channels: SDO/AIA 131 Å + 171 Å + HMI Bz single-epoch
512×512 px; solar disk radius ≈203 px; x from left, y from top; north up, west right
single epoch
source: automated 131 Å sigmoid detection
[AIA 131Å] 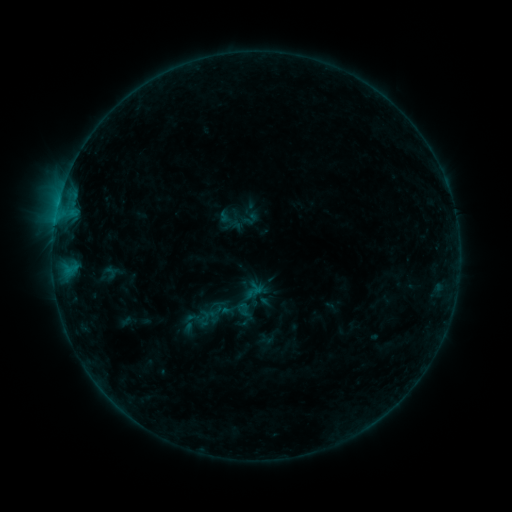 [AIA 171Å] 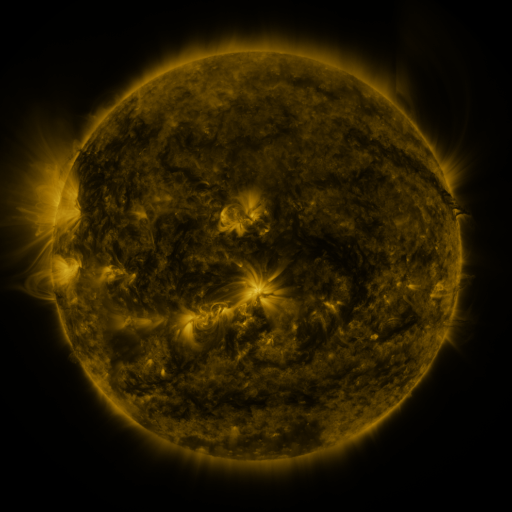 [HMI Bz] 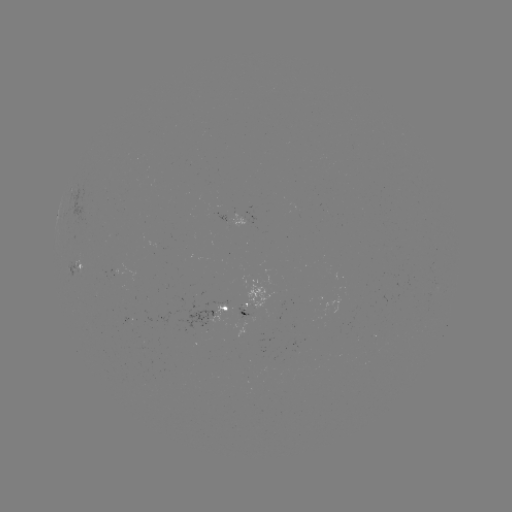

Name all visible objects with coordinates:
sigmoid: (231, 221)
